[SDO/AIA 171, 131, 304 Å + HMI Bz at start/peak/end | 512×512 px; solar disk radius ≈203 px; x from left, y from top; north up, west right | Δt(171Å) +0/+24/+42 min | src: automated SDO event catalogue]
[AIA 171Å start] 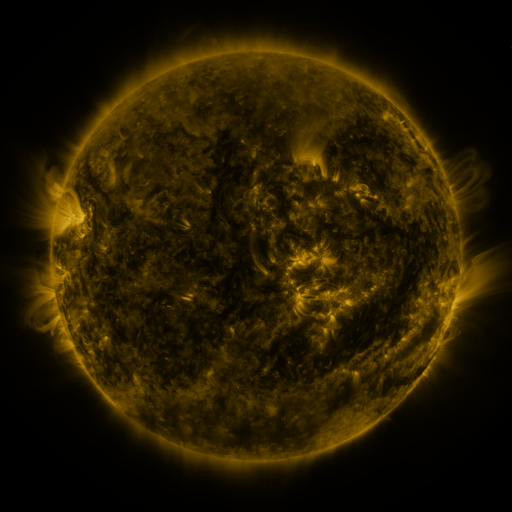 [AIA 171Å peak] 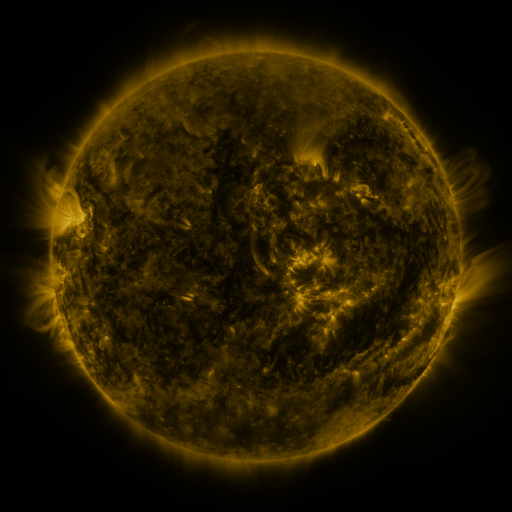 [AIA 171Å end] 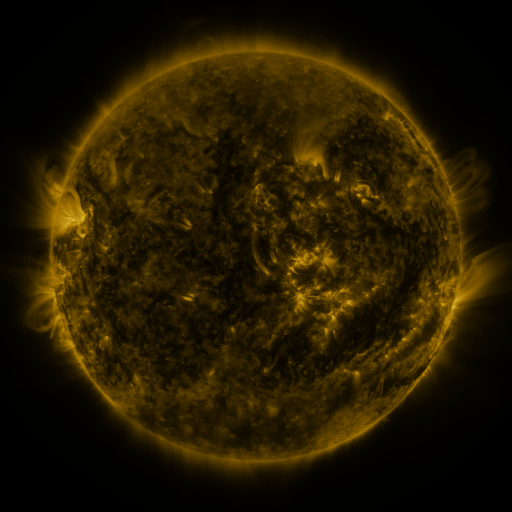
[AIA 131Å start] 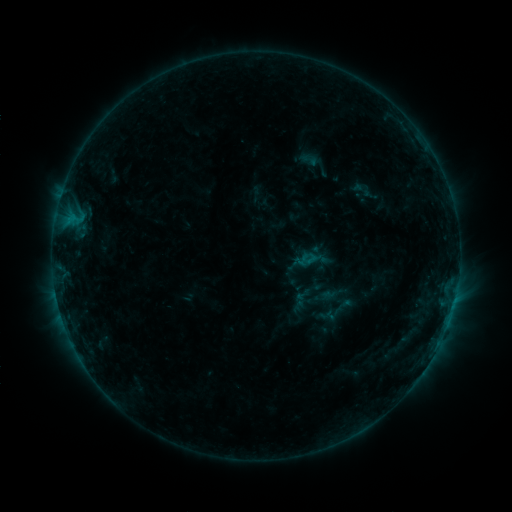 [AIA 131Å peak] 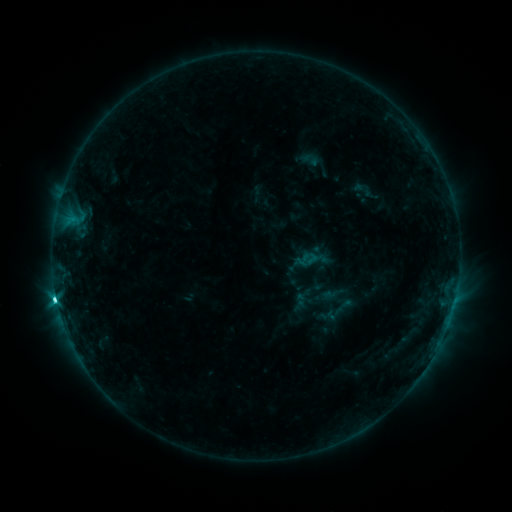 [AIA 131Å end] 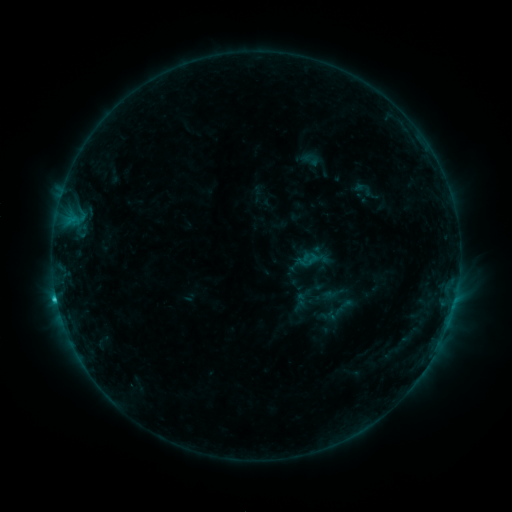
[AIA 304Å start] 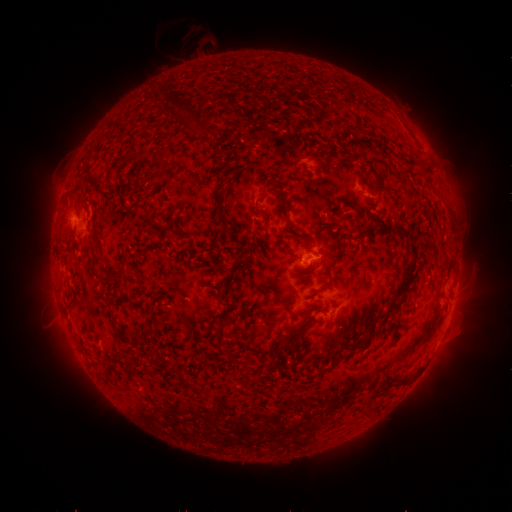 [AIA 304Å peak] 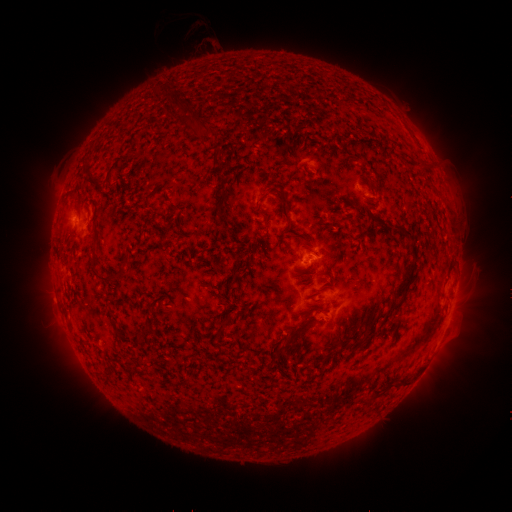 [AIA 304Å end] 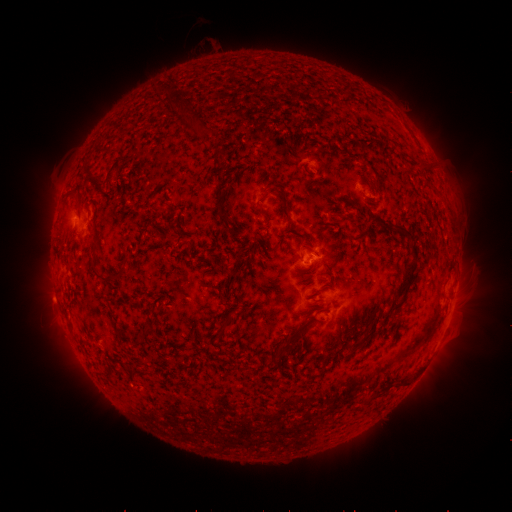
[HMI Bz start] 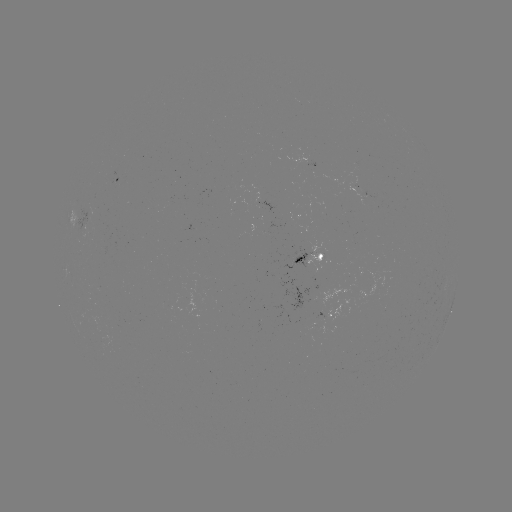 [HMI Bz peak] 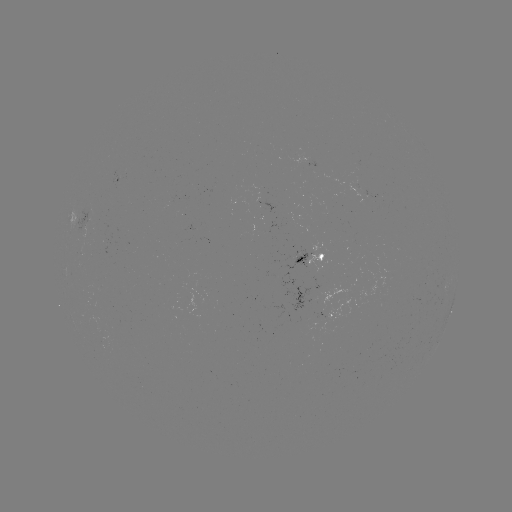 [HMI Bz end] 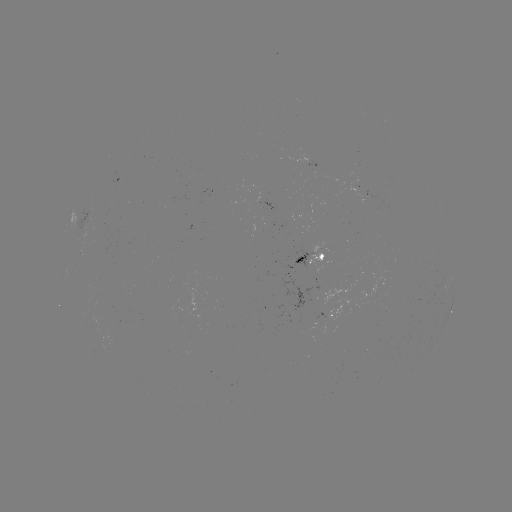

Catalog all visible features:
C2.9 flare: (57, 297)
